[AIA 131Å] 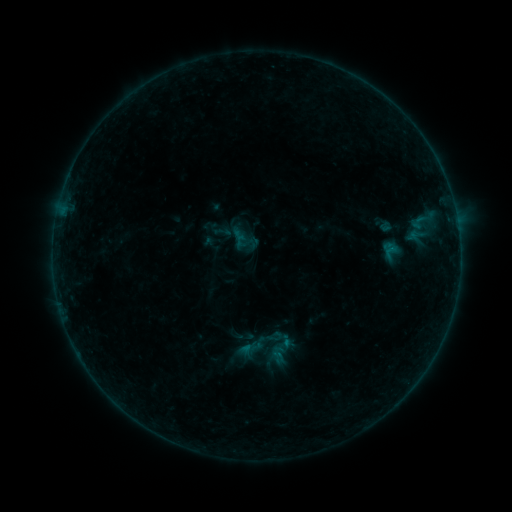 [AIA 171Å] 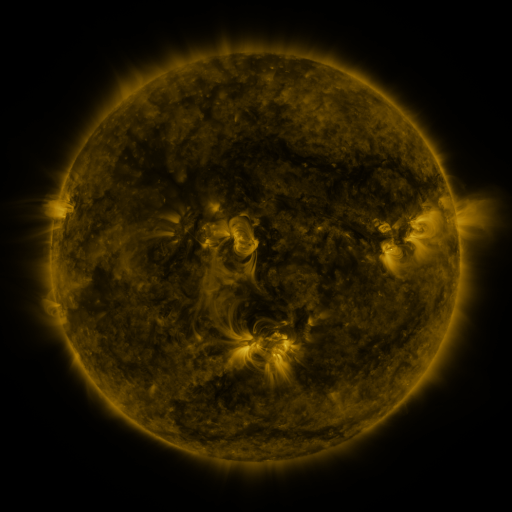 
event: sigmoid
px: (275, 337)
